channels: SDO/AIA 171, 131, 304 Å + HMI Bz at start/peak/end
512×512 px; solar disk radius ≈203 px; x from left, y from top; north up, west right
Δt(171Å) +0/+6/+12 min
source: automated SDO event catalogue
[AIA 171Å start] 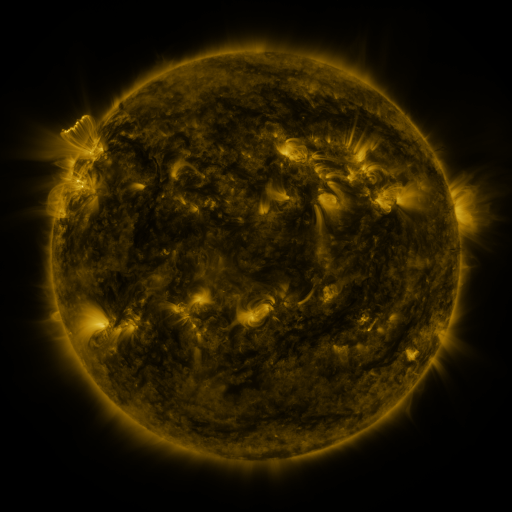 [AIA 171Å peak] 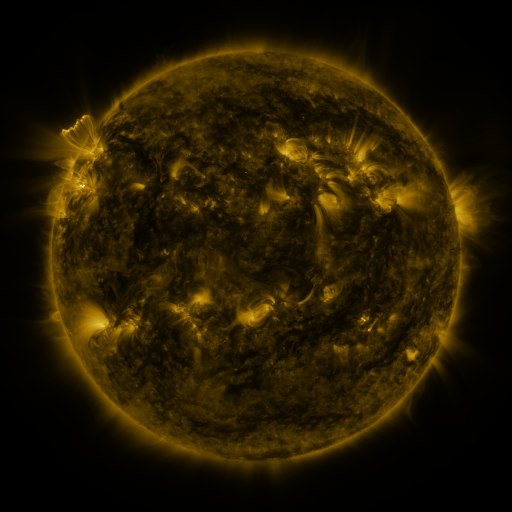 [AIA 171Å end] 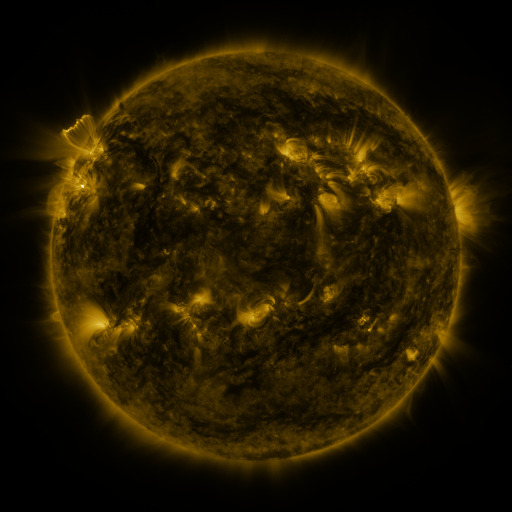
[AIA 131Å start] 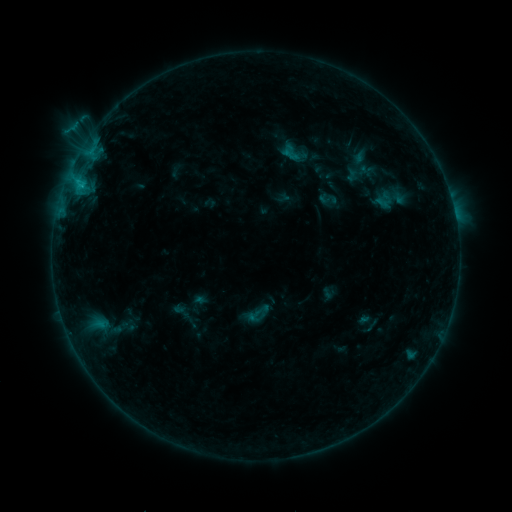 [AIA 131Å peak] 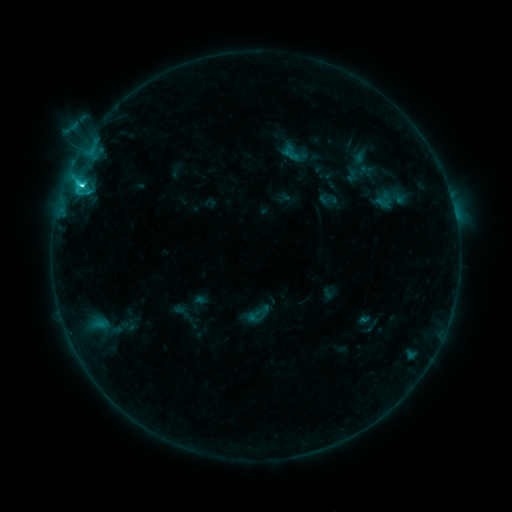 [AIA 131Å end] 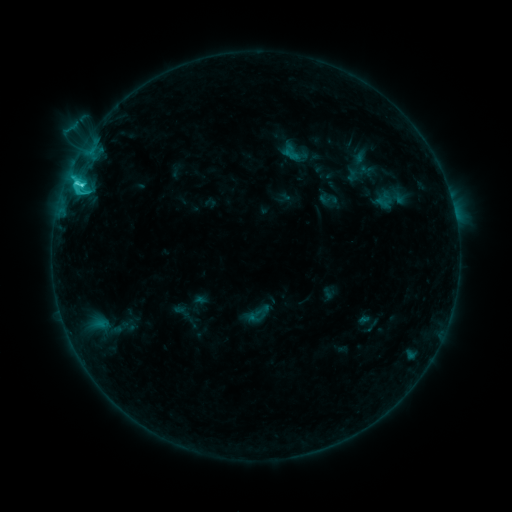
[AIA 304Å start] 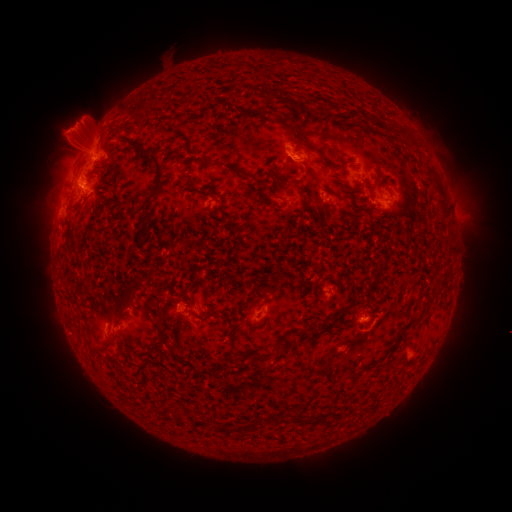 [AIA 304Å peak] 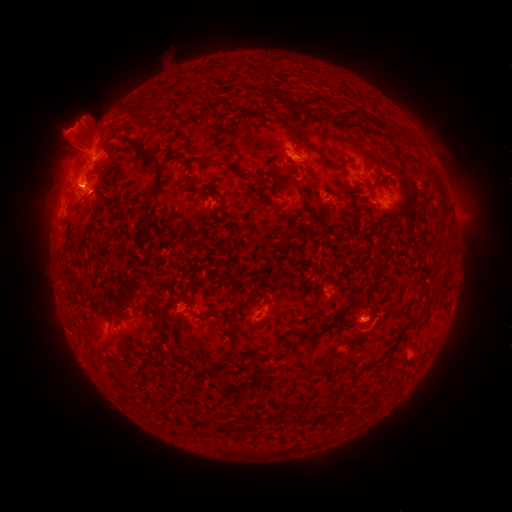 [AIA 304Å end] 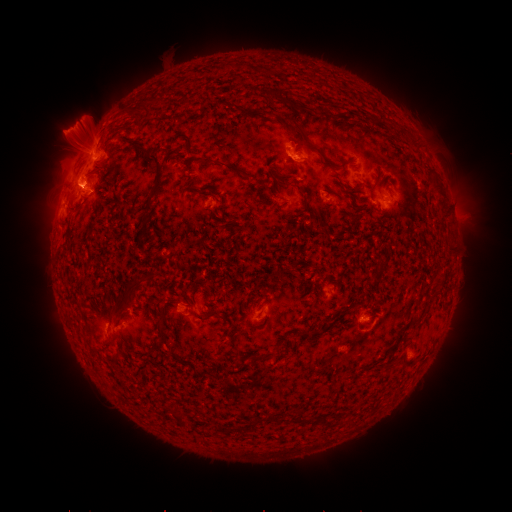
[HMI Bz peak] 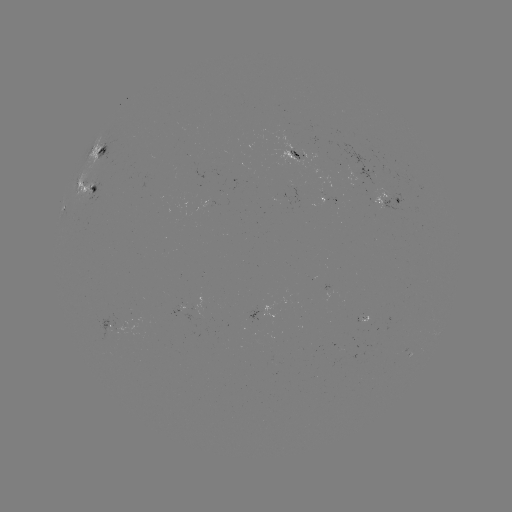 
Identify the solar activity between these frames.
C5.5 flare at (81, 186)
